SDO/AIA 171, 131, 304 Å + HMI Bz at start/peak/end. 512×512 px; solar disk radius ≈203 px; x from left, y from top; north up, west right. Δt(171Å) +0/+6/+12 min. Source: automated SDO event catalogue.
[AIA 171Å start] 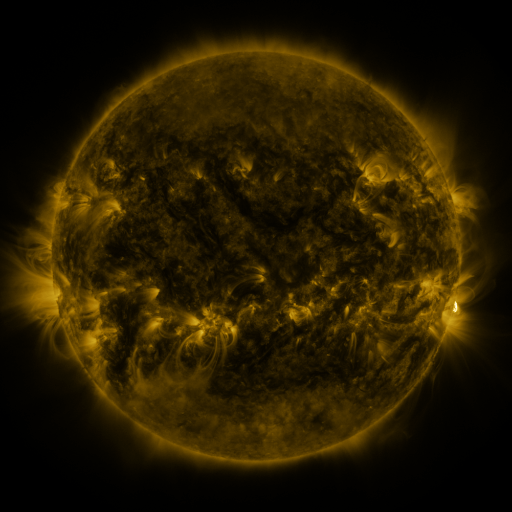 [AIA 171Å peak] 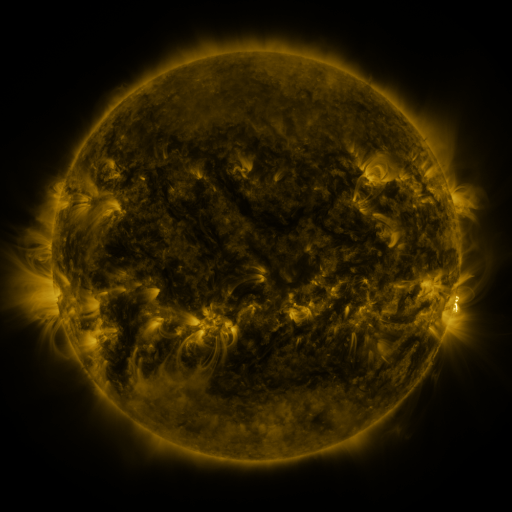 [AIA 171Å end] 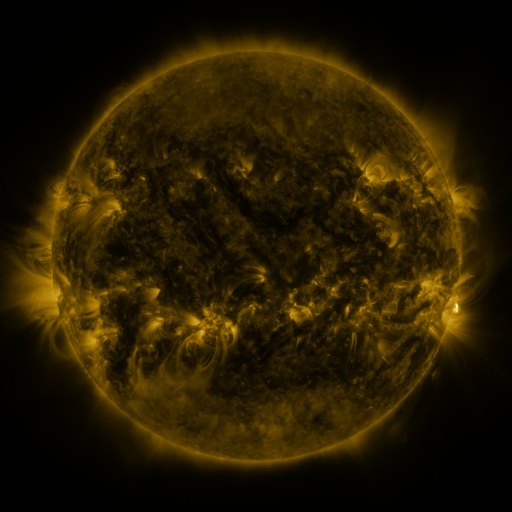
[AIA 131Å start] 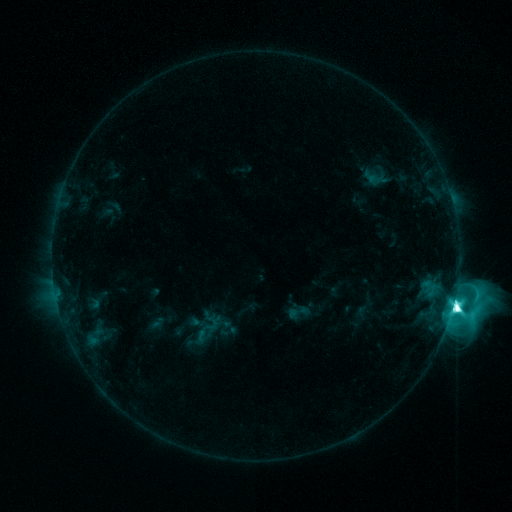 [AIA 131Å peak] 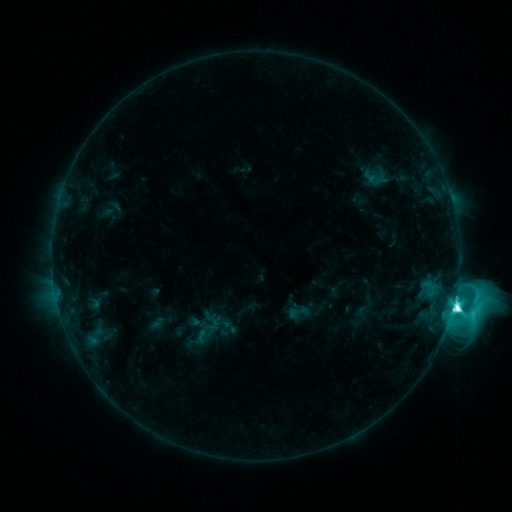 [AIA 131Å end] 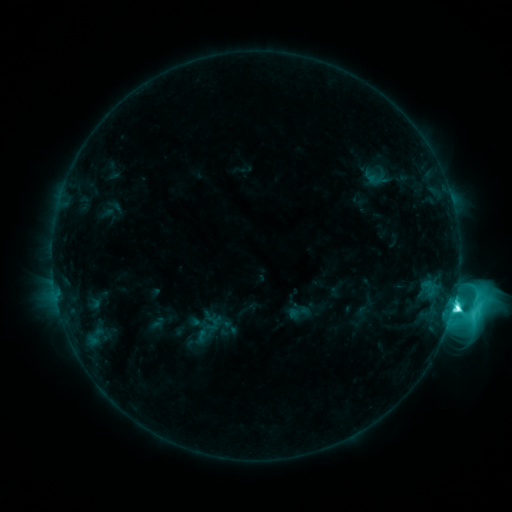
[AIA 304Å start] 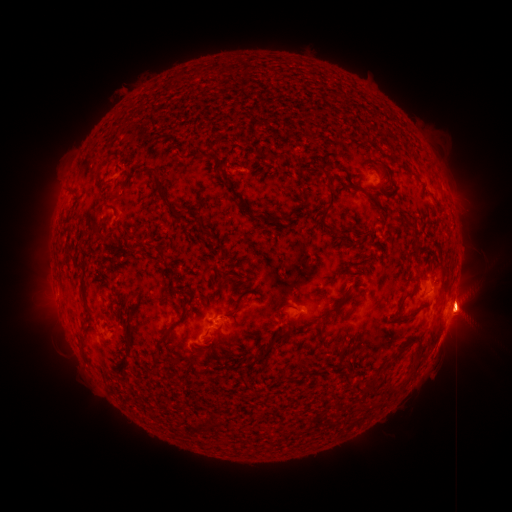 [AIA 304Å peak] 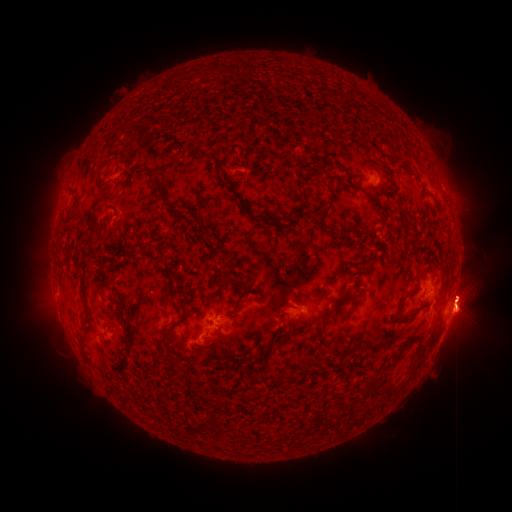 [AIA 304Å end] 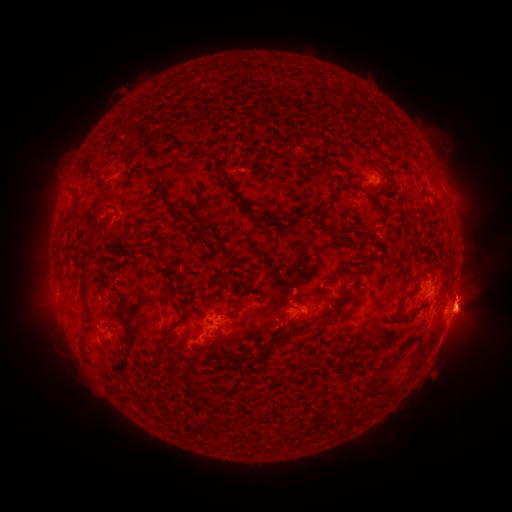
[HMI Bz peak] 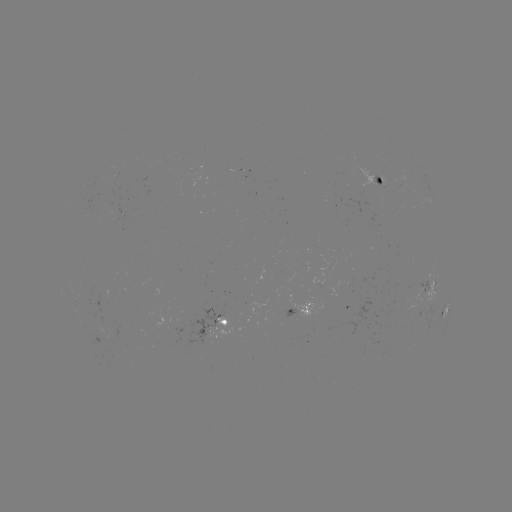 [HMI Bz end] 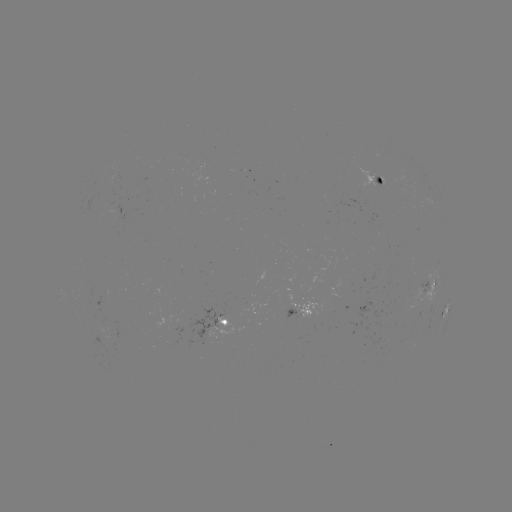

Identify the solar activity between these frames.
eruption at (467, 293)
